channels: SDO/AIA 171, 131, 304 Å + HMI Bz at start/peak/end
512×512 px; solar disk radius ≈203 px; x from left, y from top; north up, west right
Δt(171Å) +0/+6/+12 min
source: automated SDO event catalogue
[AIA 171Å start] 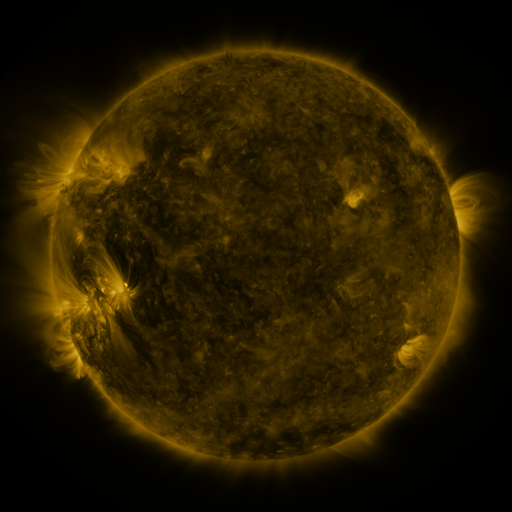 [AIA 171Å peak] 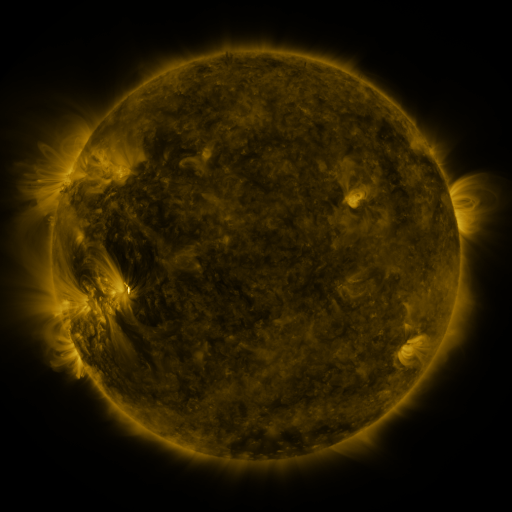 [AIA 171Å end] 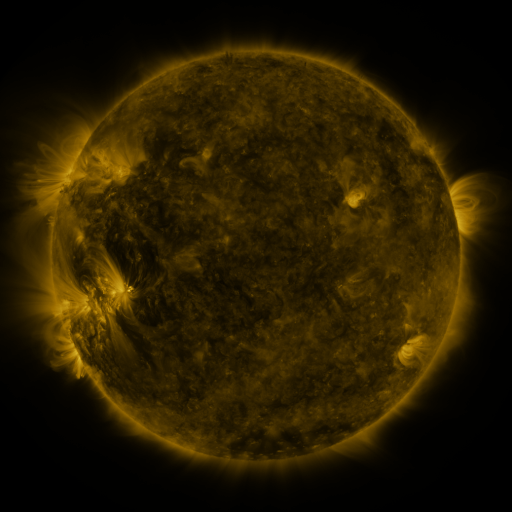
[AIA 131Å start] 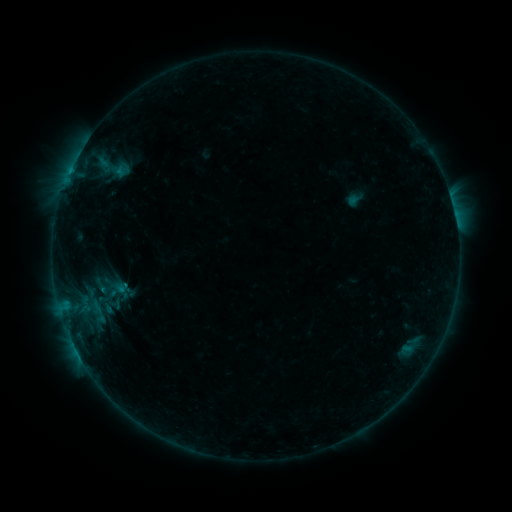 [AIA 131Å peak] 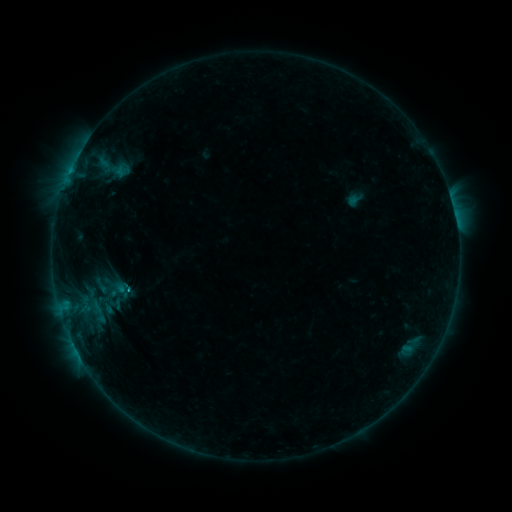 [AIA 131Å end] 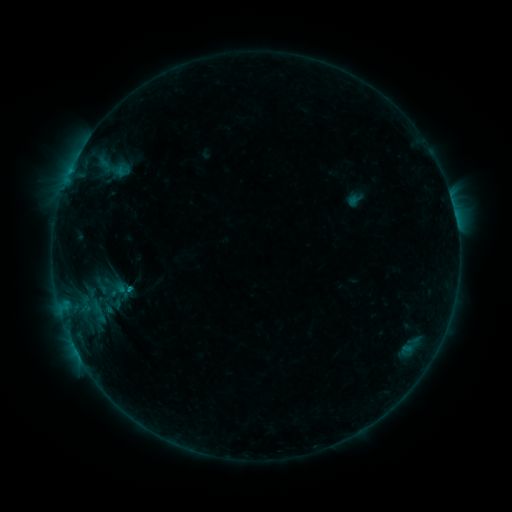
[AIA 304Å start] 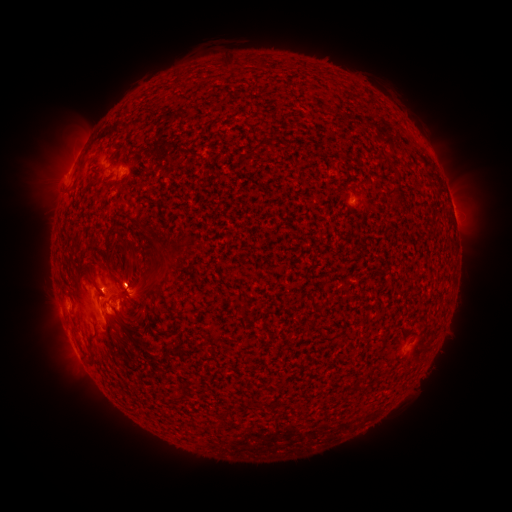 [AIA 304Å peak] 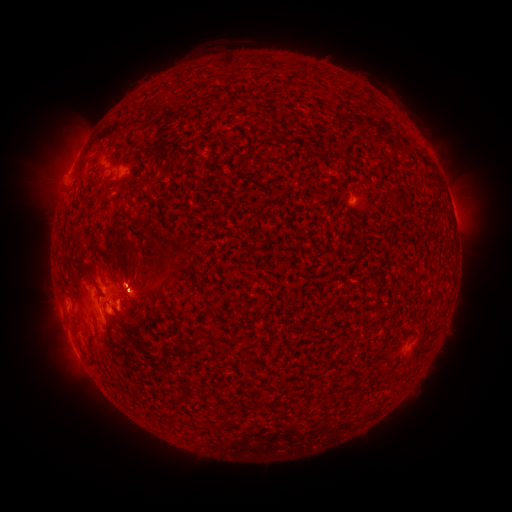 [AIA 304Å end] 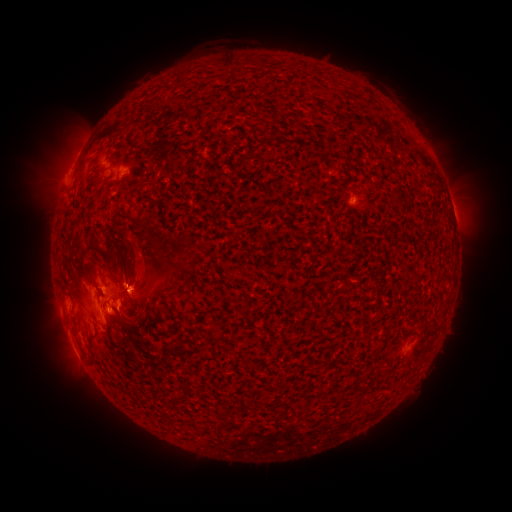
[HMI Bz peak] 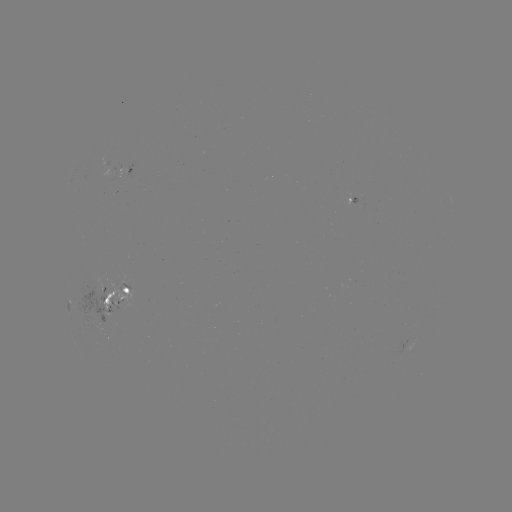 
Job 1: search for B8.4 flare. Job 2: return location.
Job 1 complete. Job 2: [128, 286].